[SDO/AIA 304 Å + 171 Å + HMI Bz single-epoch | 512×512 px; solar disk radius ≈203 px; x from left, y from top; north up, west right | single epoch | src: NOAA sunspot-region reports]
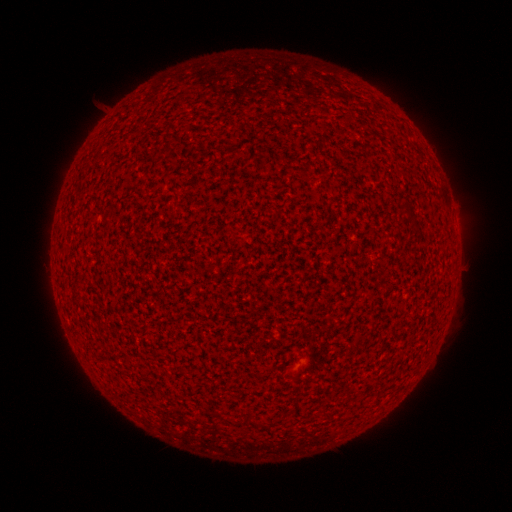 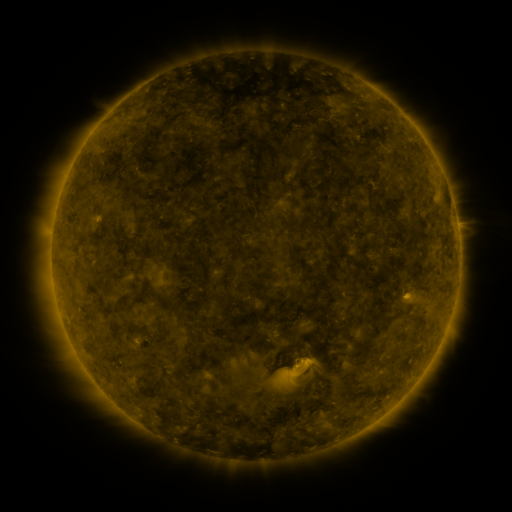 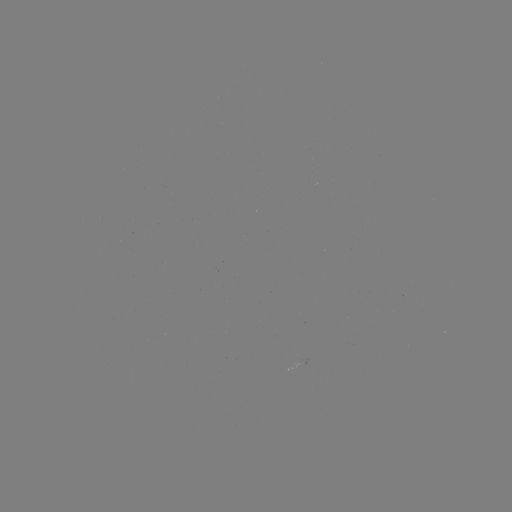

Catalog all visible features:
(none)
